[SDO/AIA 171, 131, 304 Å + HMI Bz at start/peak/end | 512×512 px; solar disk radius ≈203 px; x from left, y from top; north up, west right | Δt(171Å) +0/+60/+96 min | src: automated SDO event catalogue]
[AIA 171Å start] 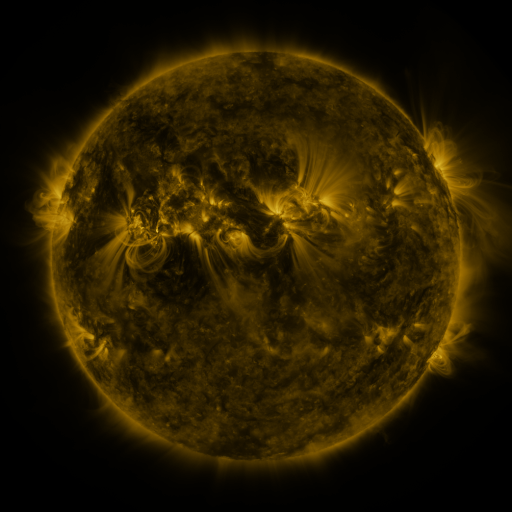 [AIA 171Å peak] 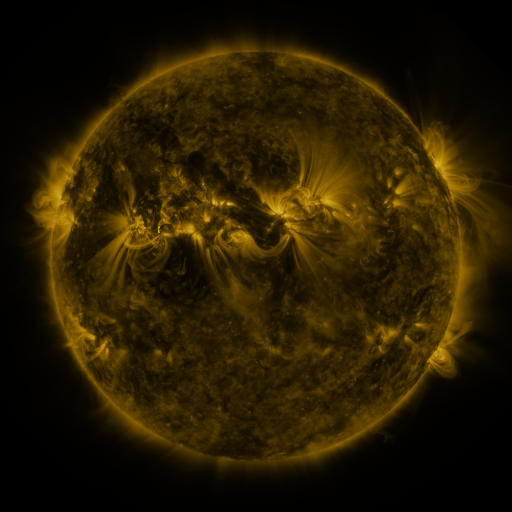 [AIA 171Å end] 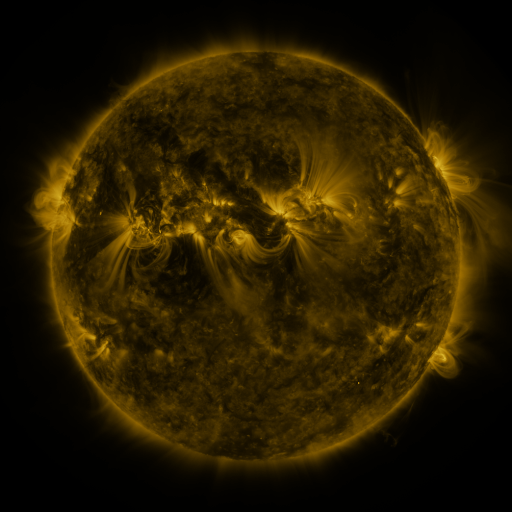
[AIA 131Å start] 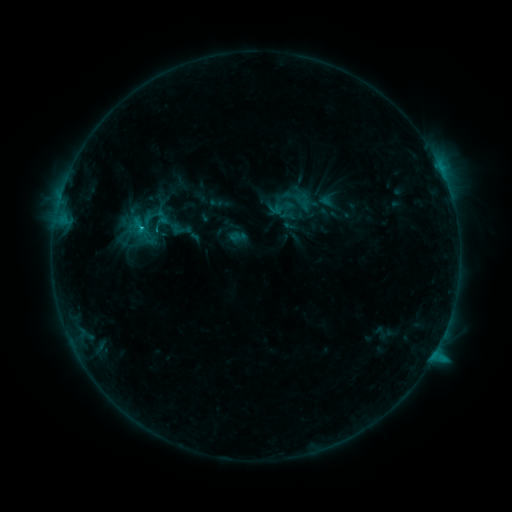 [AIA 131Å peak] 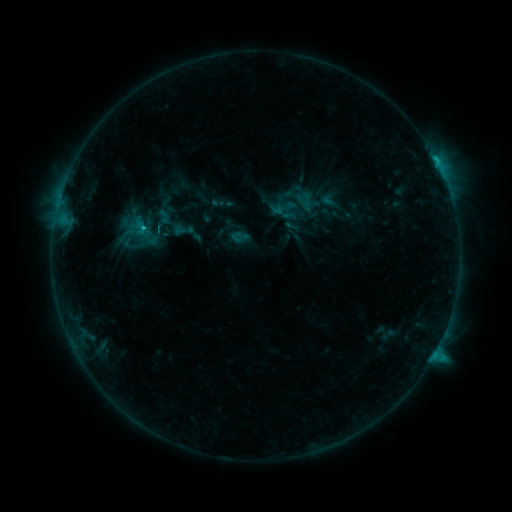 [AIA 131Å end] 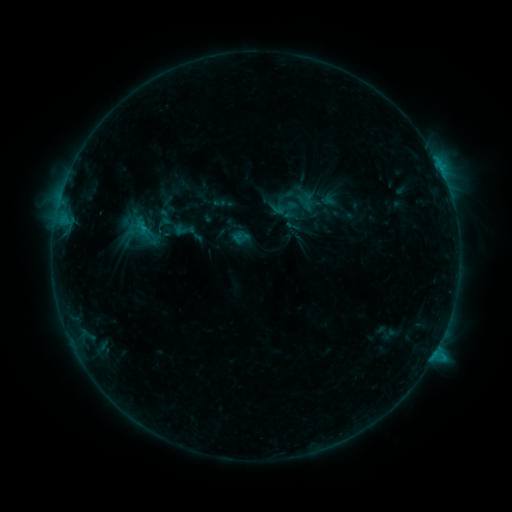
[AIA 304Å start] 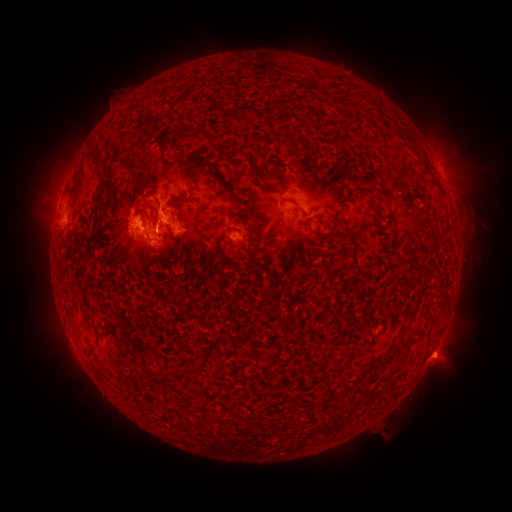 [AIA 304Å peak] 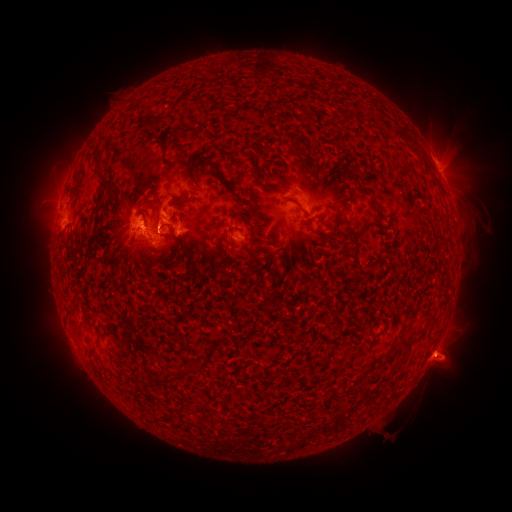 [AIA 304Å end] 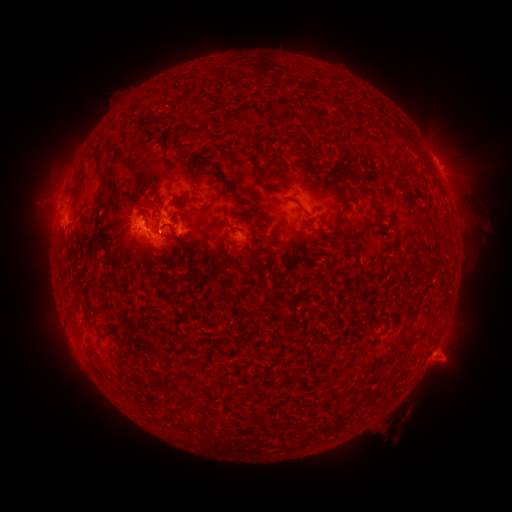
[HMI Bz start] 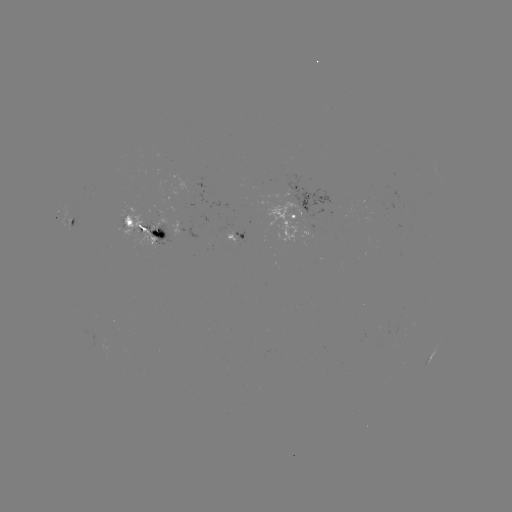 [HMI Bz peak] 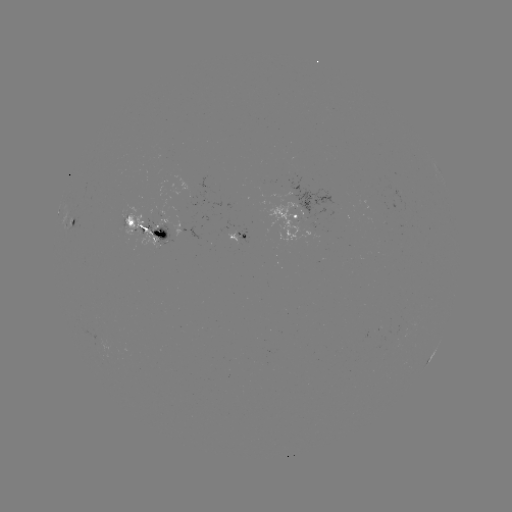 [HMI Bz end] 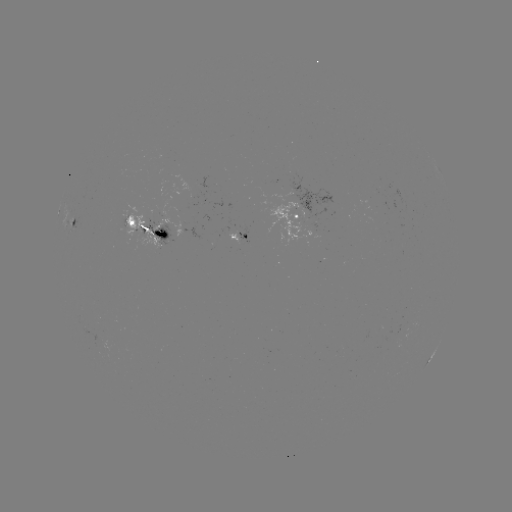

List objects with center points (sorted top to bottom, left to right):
emerging-flux region: (311, 216)
